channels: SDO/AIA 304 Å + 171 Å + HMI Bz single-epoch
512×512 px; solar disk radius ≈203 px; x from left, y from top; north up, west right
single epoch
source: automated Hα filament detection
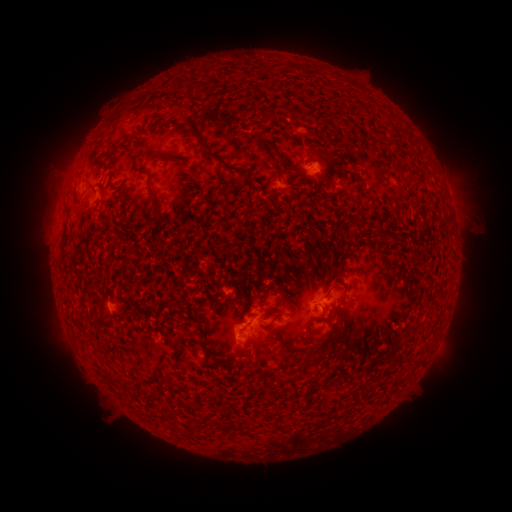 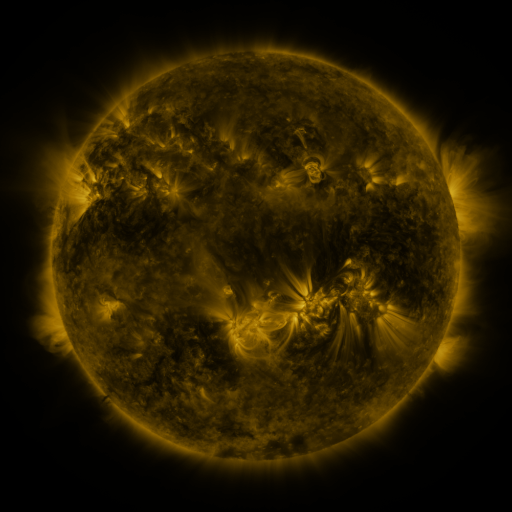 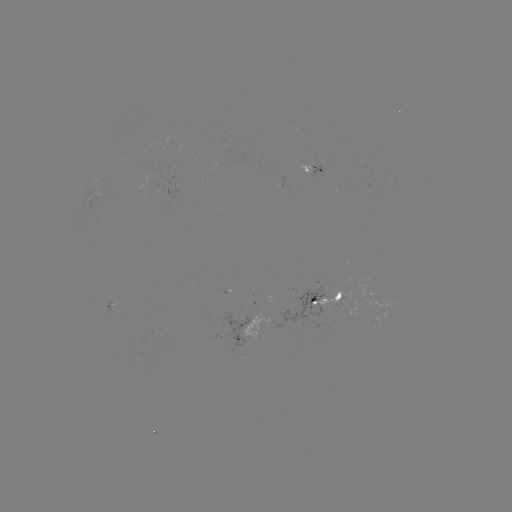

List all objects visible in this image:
filament: <bbox>269, 63, 297, 71</bbox>
filament: <bbox>254, 84, 263, 91</bbox>
filament: <bbox>182, 115, 209, 148</bbox>
filament: <bbox>263, 140, 286, 162</bbox>
filament: <bbox>107, 145, 119, 161</bbox>
filament: <bbox>201, 149, 240, 172</bbox>
filament: <bbox>150, 151, 183, 163</bbox>
filament: <bbox>340, 160, 350, 167</bbox>
filament: <bbox>178, 165, 201, 185</bbox>
filament: <bbox>135, 166, 169, 225</bbox>
filament: <bbox>243, 172, 253, 183</bbox>
filament: <bbox>351, 217, 364, 227</bbox>
filament: <bbox>63, 230, 69, 241</bbox>
filament: <bbox>150, 232, 161, 245</bbox>
filament: <bbox>59, 246, 75, 270</bbox>
filament: <bbox>230, 297, 238, 308</bbox>
filament: <bbox>331, 303, 340, 320</bbox>
filament: <bbox>265, 306, 279, 321</bbox>
filament: <bbox>322, 325, 345, 348</bbox>
filament: <bbox>200, 337, 221, 367</bbox>
filament: <bbox>171, 340, 178, 351</bbox>
filament: <bbox>421, 342, 430, 352</bbox>
filament: <bbox>324, 382, 333, 392</bbox>
filament: <bbox>265, 407, 282, 417</bbox>
filament: <bbox>163, 411, 176, 419</bbox>
filament: <bbox>187, 417, 206, 432</bbox>
